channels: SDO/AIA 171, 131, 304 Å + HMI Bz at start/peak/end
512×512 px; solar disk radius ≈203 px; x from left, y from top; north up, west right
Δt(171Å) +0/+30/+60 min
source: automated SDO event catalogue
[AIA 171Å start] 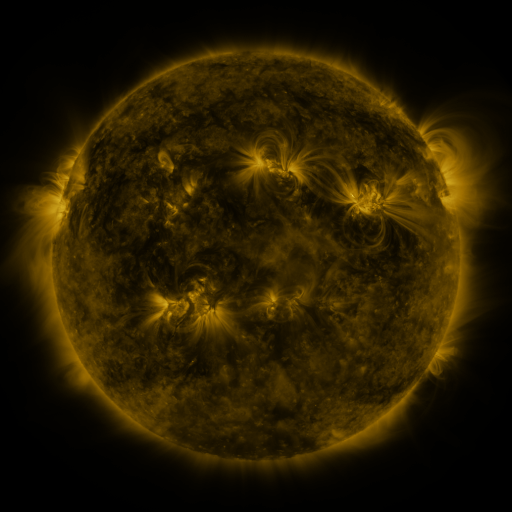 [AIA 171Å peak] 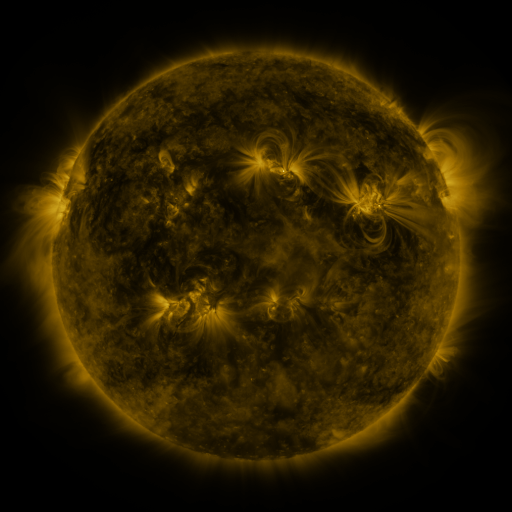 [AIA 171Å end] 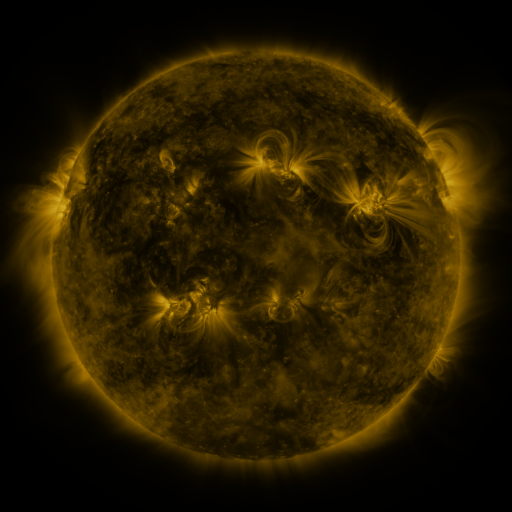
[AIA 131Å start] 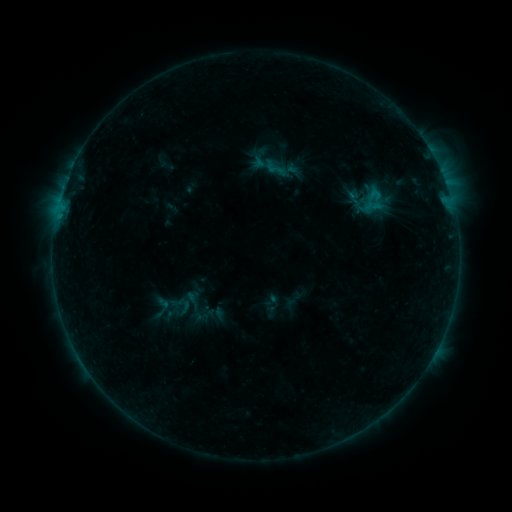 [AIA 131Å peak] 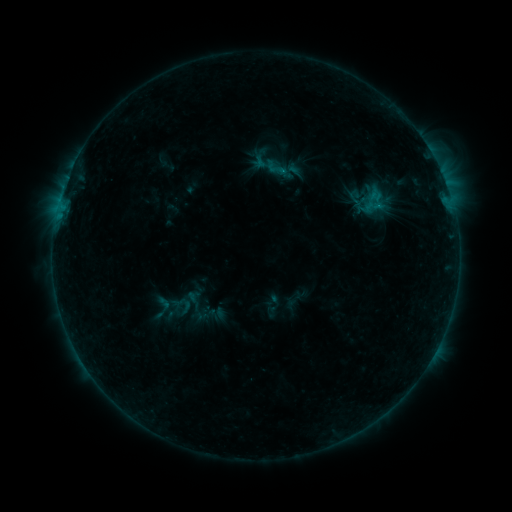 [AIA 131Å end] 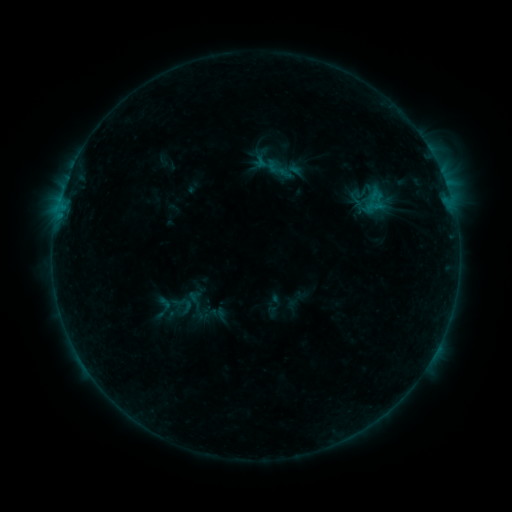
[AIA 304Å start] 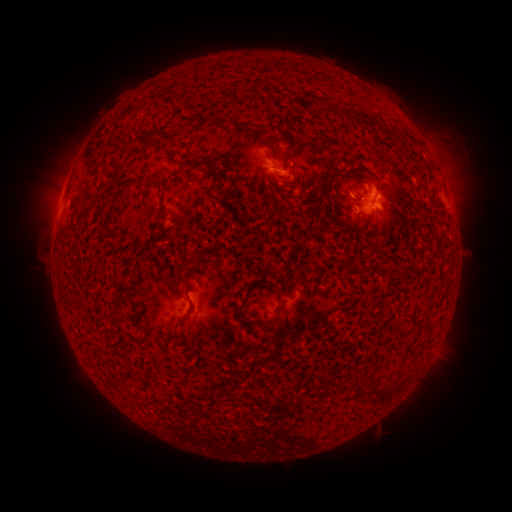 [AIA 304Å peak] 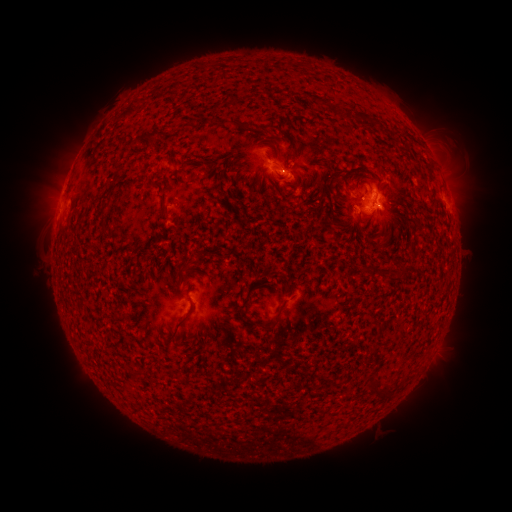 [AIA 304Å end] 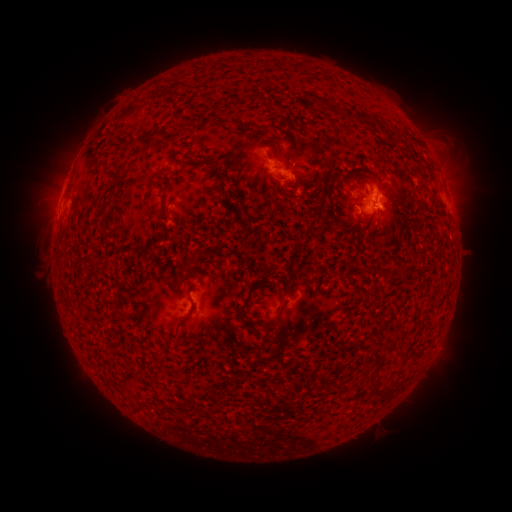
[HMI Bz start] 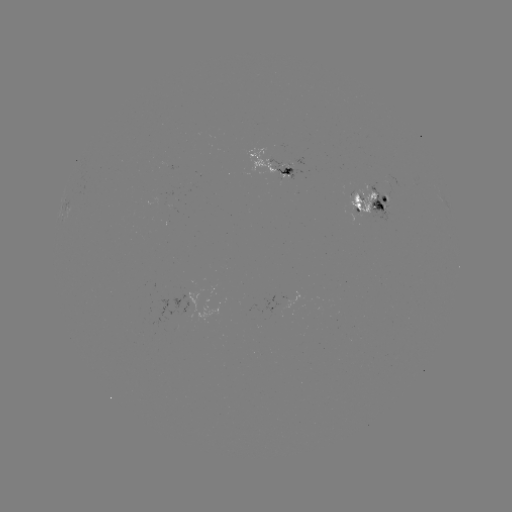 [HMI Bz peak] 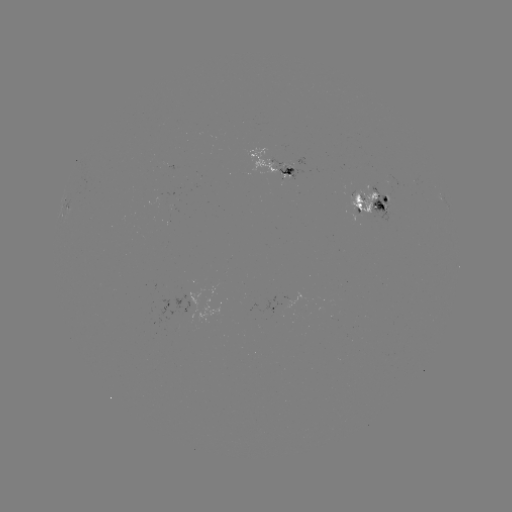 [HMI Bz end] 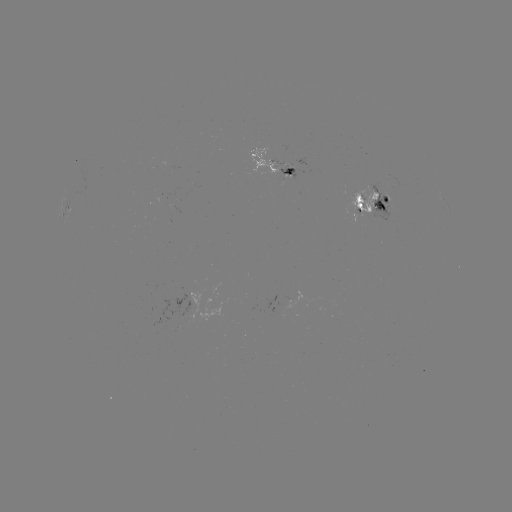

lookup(emerging-flux region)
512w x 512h [287, 174]